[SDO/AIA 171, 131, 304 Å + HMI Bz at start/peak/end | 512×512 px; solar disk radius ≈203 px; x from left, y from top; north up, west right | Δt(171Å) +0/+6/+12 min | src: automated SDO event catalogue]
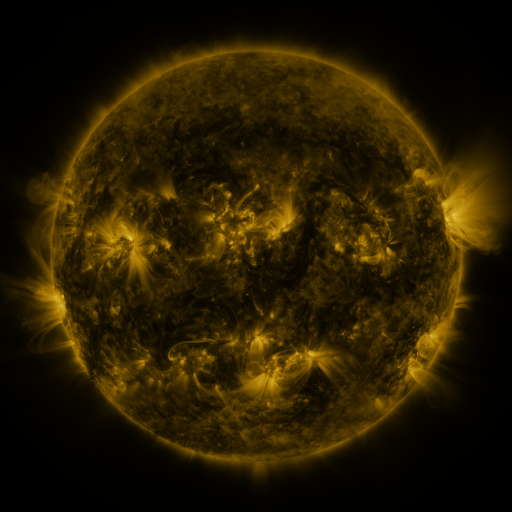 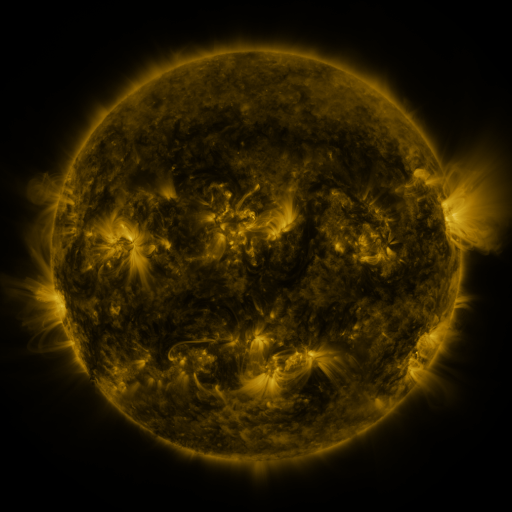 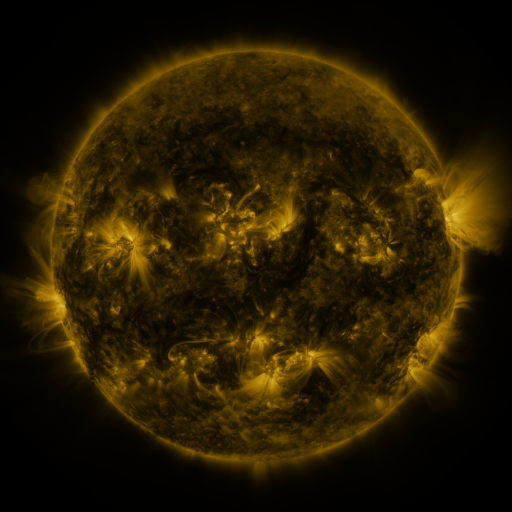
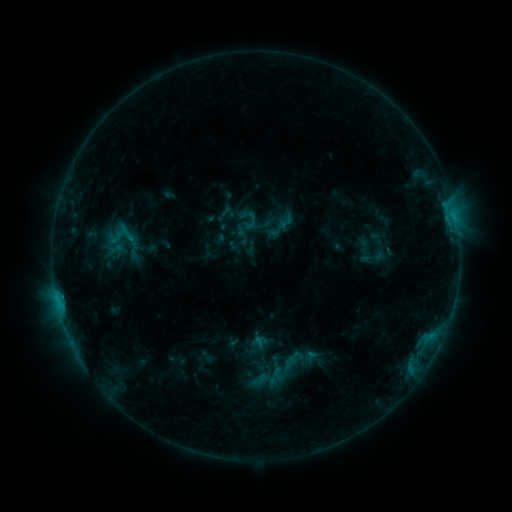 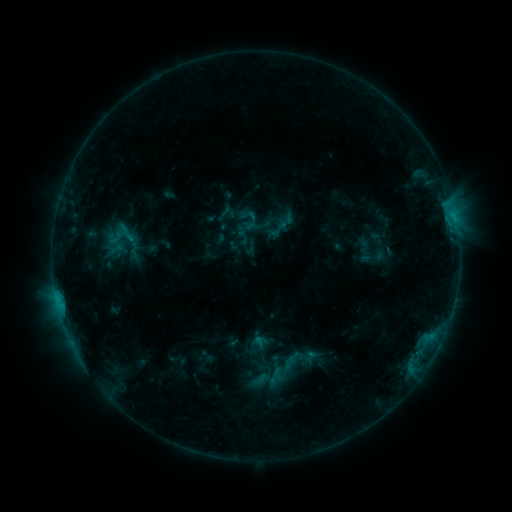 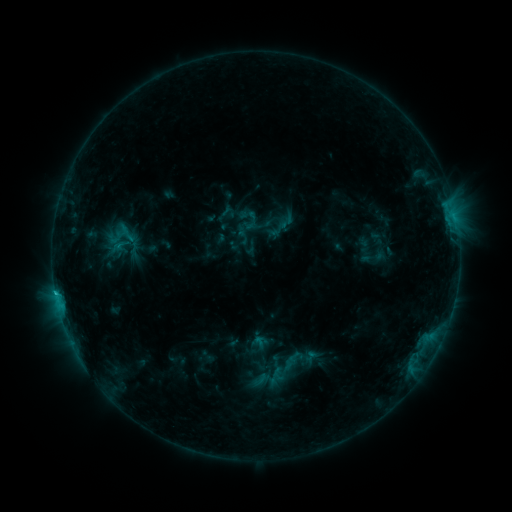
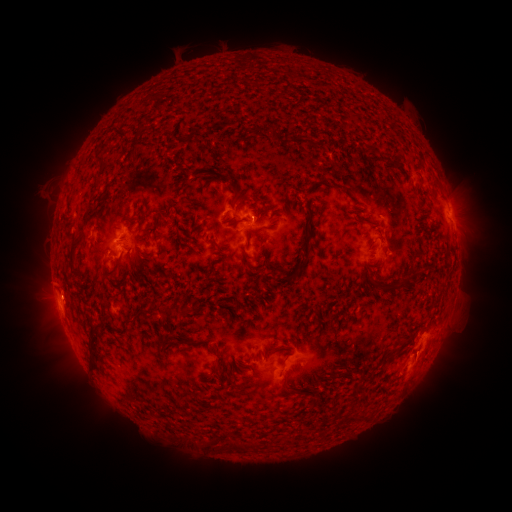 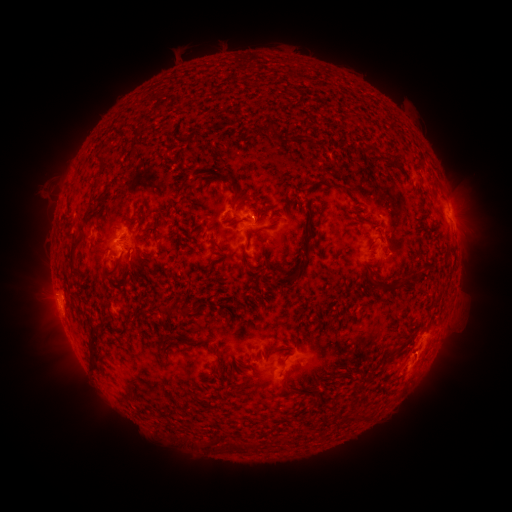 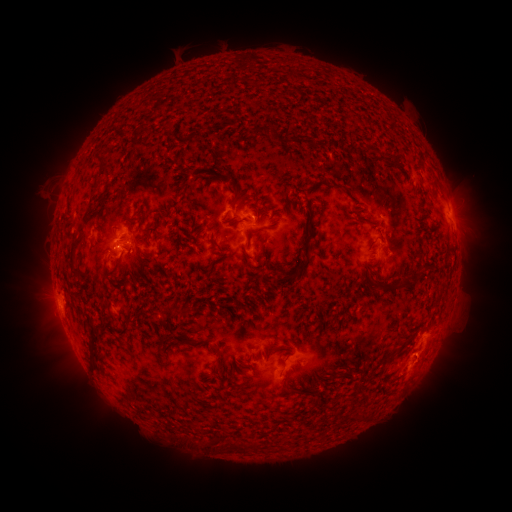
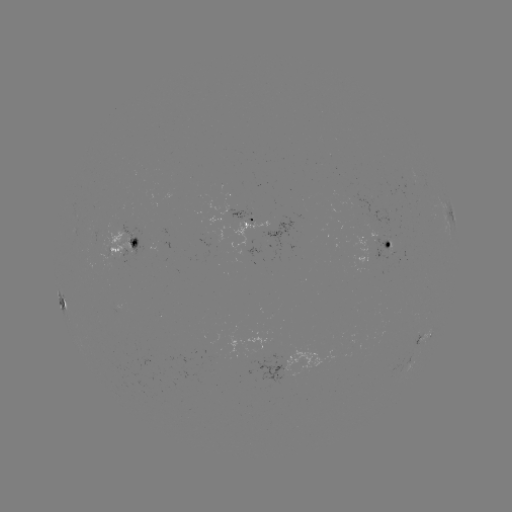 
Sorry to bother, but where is C1.1 flare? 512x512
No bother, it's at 60,304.